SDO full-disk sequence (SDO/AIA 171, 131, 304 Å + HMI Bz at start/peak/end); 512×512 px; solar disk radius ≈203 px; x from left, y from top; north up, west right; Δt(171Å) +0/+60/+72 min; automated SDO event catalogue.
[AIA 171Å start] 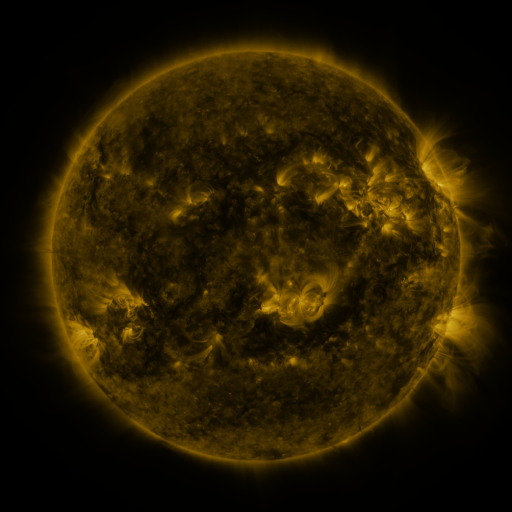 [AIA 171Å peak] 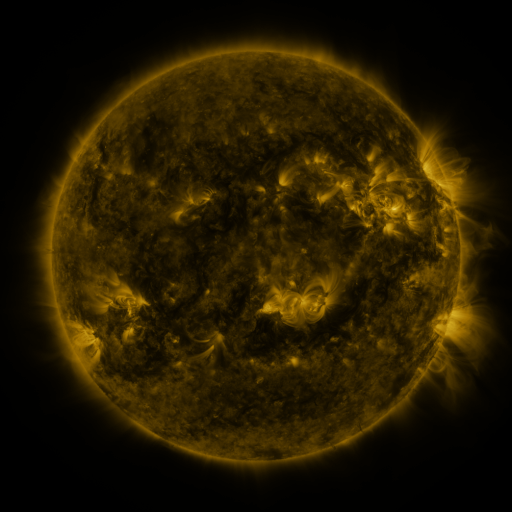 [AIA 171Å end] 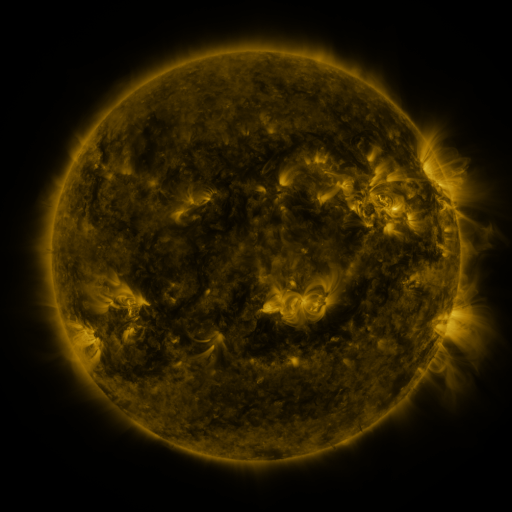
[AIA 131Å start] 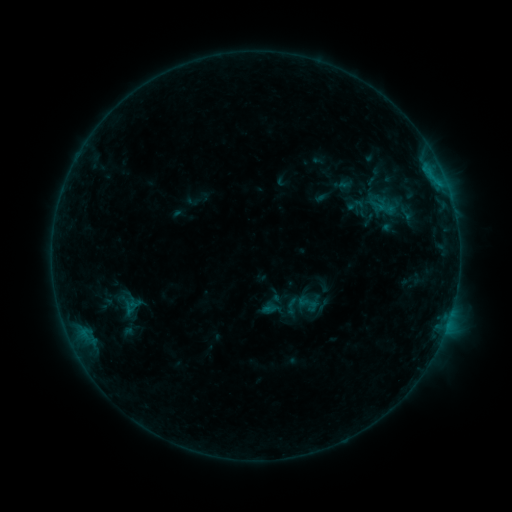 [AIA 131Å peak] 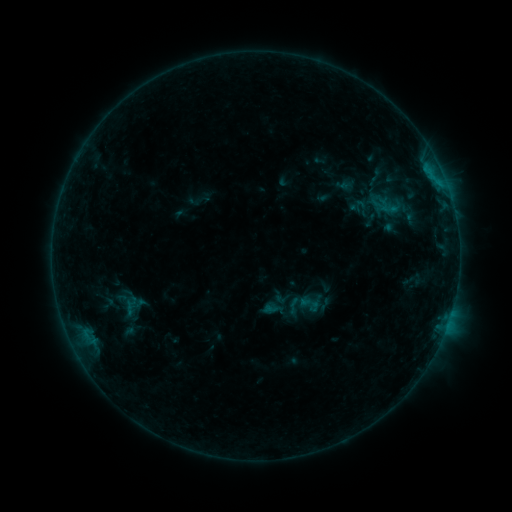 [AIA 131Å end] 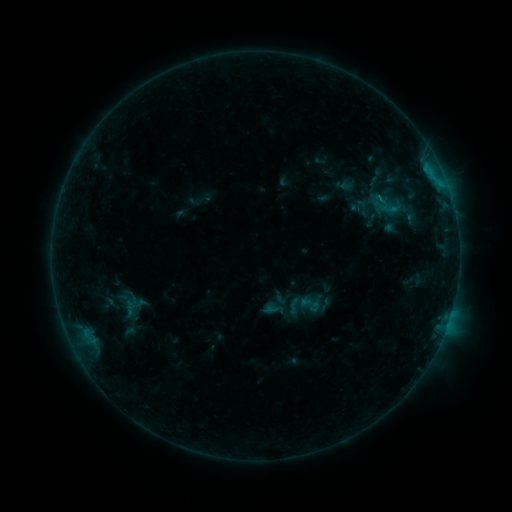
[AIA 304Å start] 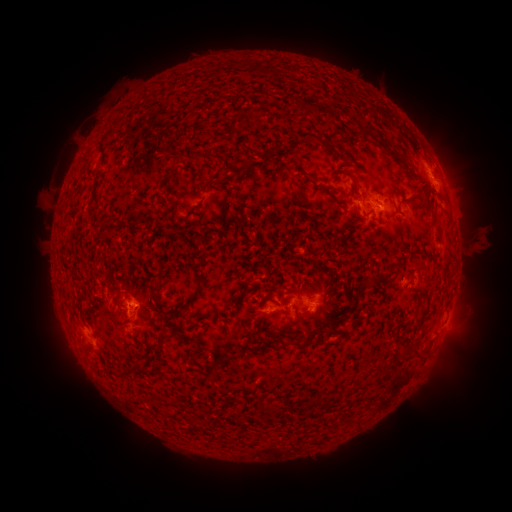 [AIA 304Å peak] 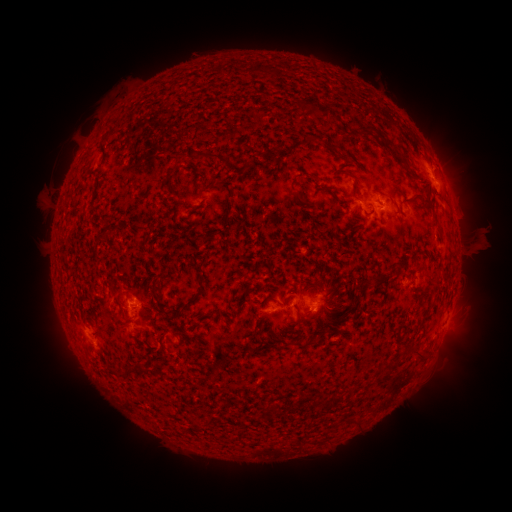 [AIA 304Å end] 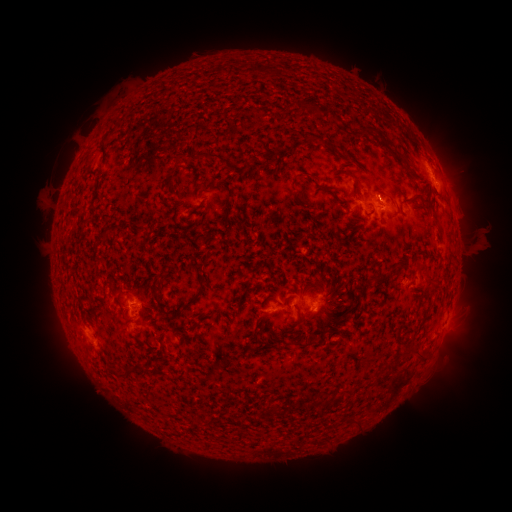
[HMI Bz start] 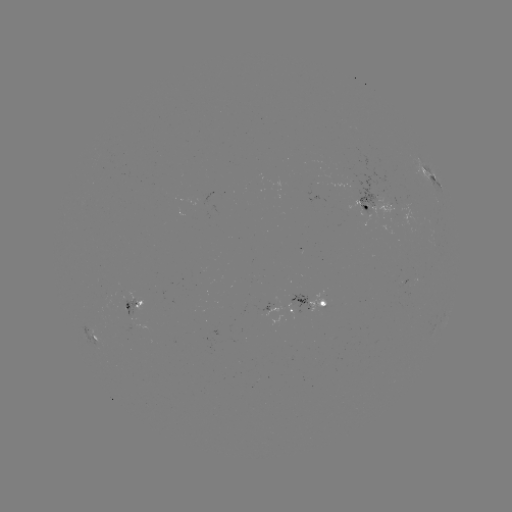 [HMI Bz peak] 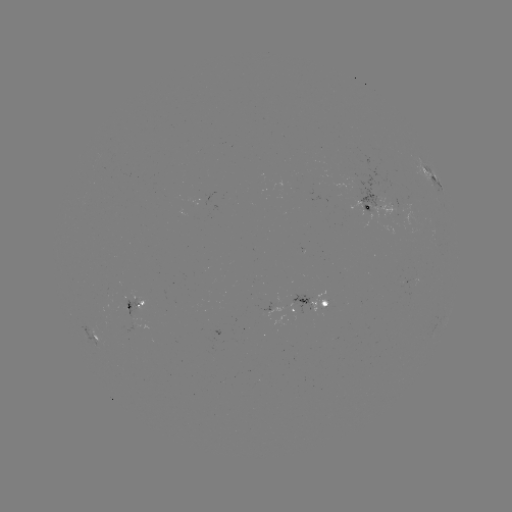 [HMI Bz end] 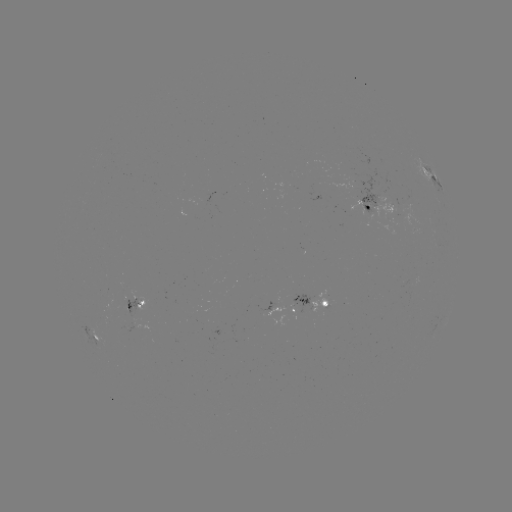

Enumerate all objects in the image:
emerging-flux region: (126, 306)
